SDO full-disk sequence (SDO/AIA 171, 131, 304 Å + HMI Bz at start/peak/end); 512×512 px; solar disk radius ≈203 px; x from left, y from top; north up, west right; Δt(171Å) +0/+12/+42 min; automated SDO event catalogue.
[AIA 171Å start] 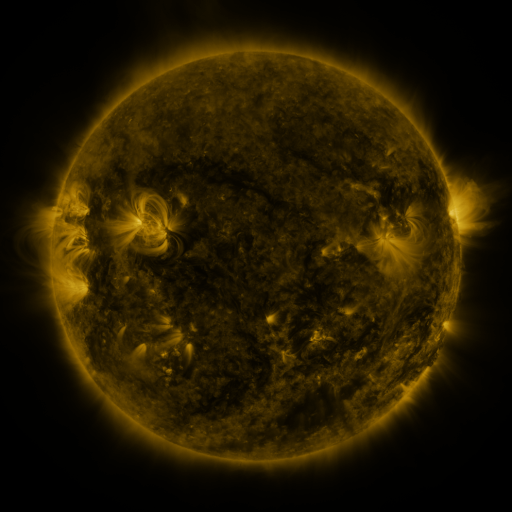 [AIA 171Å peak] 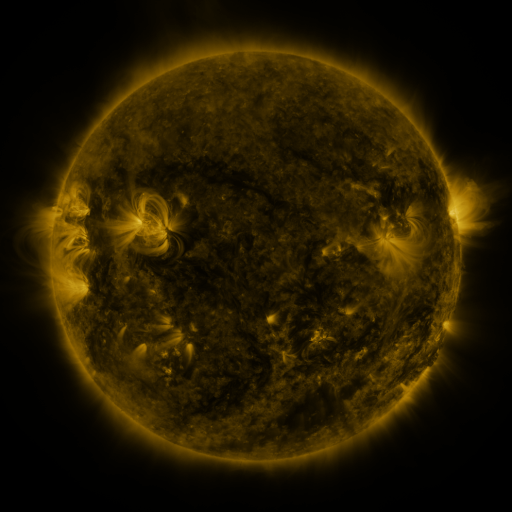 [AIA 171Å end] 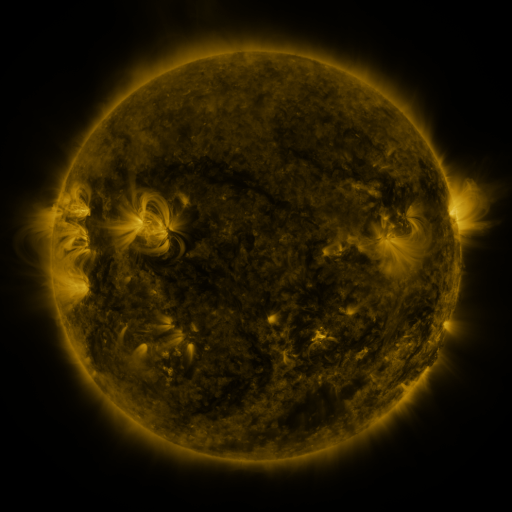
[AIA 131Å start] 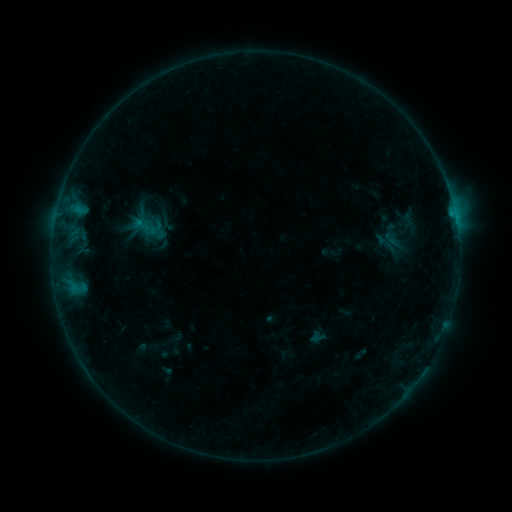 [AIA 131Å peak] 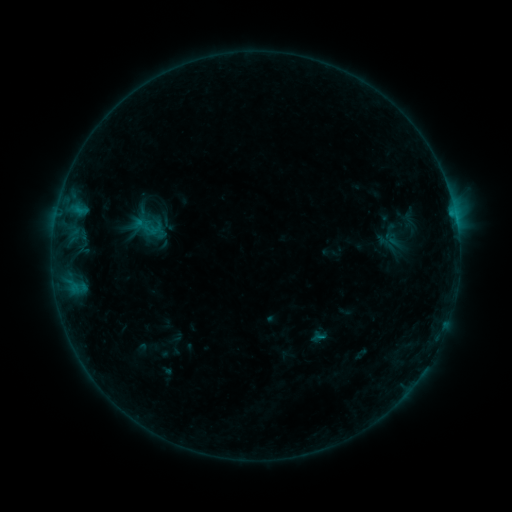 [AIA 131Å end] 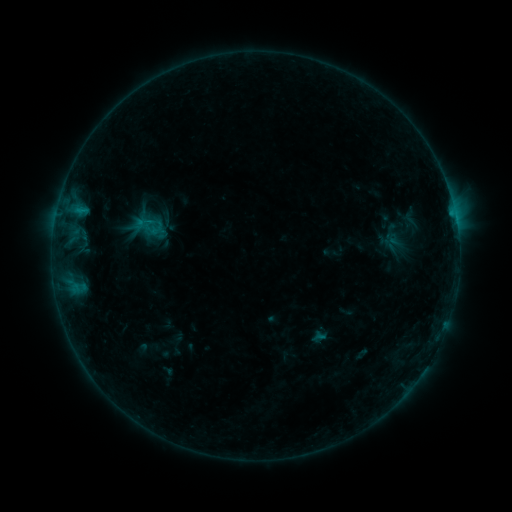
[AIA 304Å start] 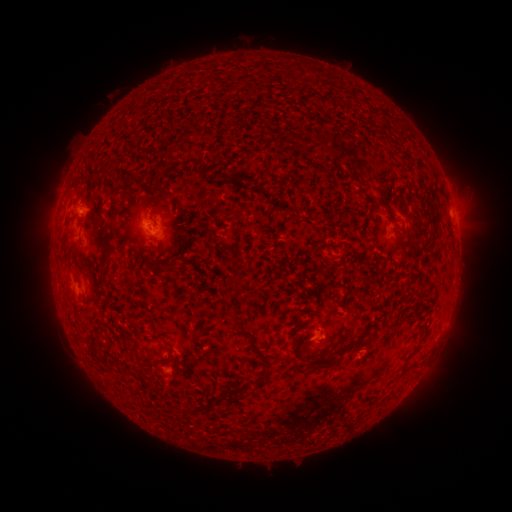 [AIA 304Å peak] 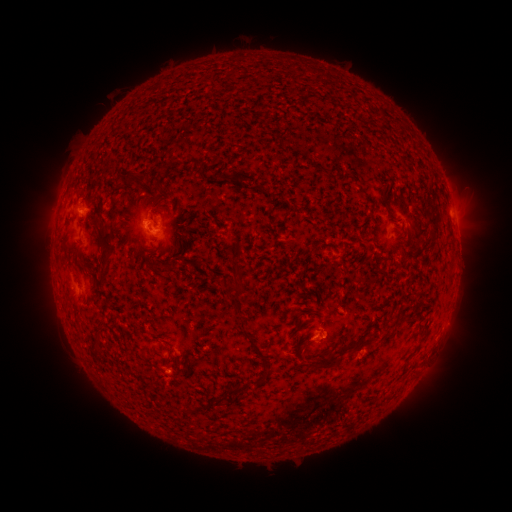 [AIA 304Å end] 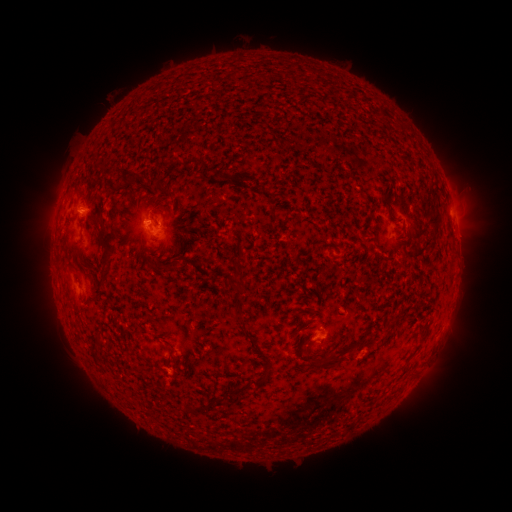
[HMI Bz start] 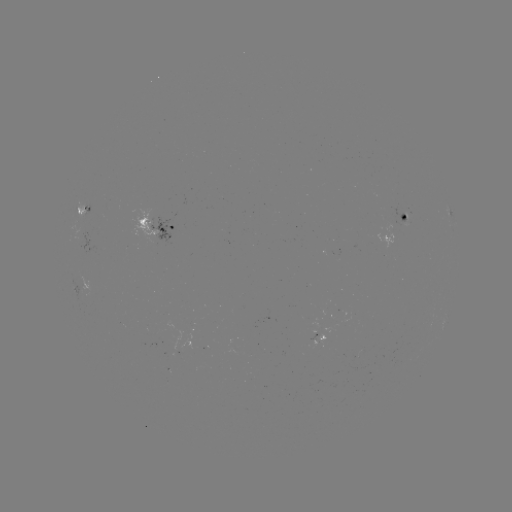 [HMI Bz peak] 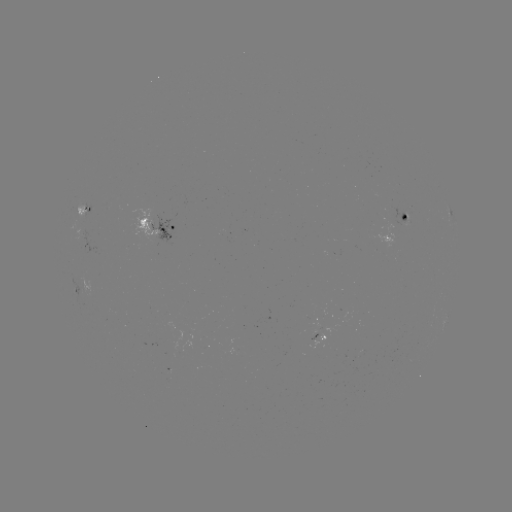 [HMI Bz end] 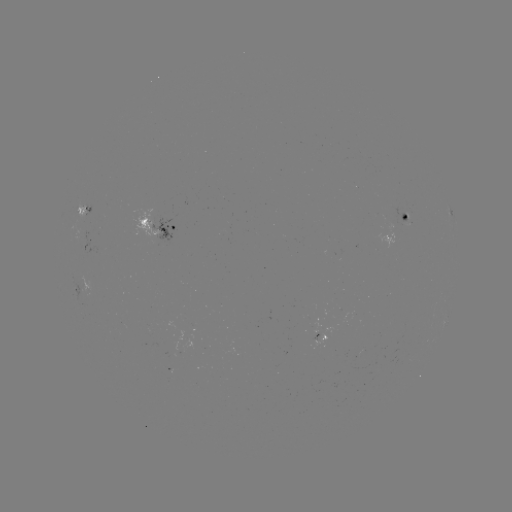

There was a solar flare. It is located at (319, 336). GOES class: B5.0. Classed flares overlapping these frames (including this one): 1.